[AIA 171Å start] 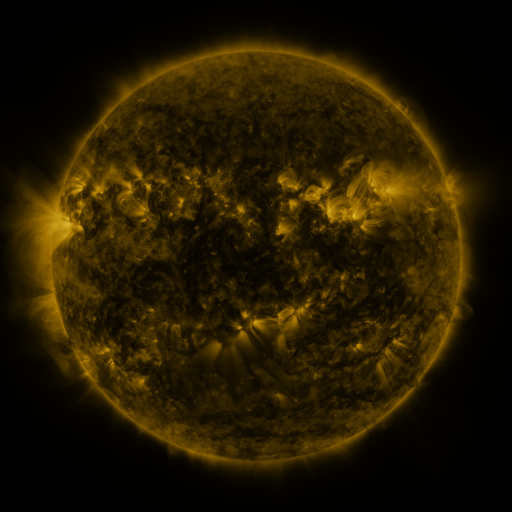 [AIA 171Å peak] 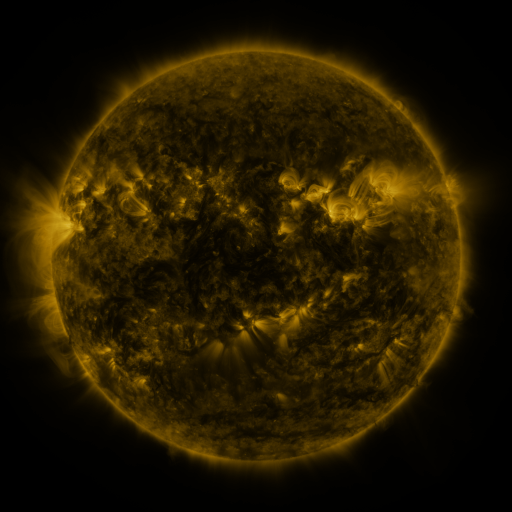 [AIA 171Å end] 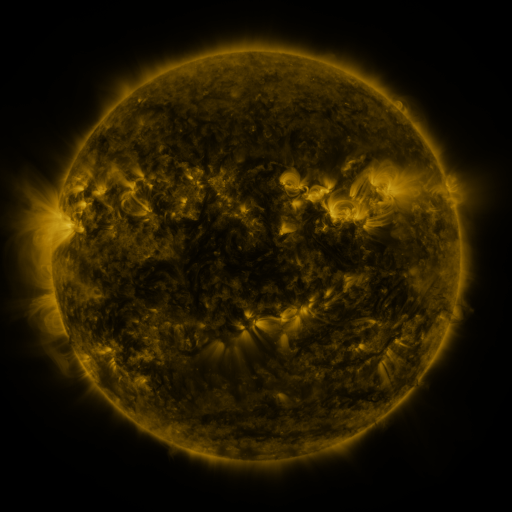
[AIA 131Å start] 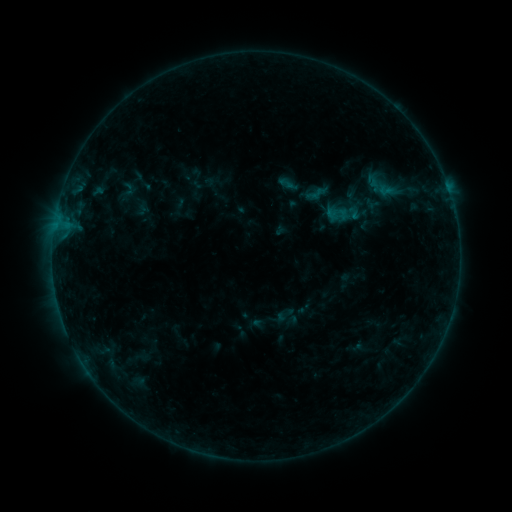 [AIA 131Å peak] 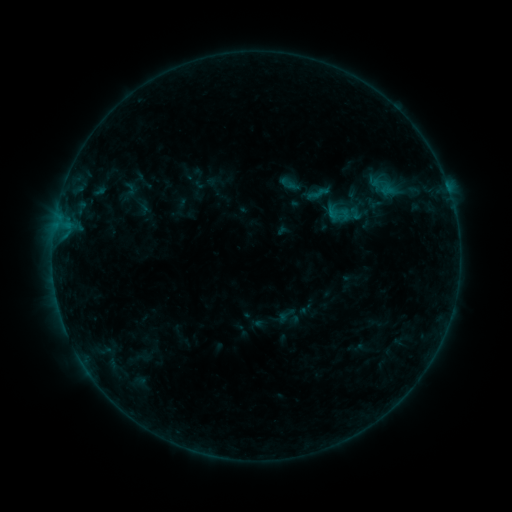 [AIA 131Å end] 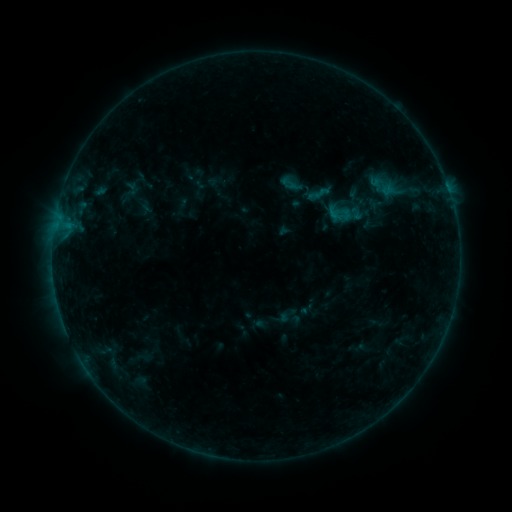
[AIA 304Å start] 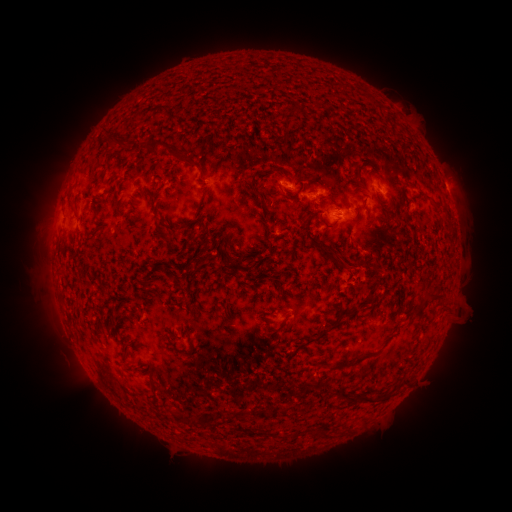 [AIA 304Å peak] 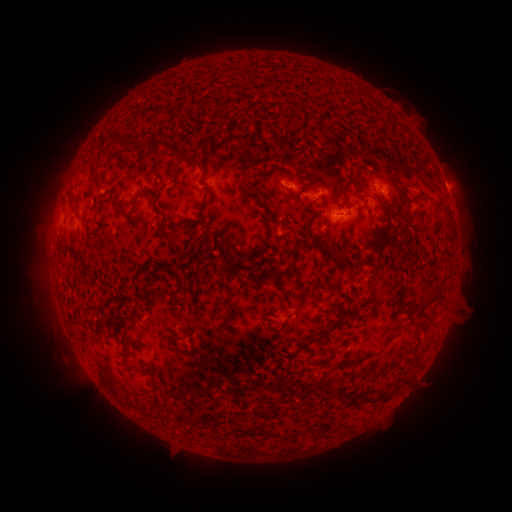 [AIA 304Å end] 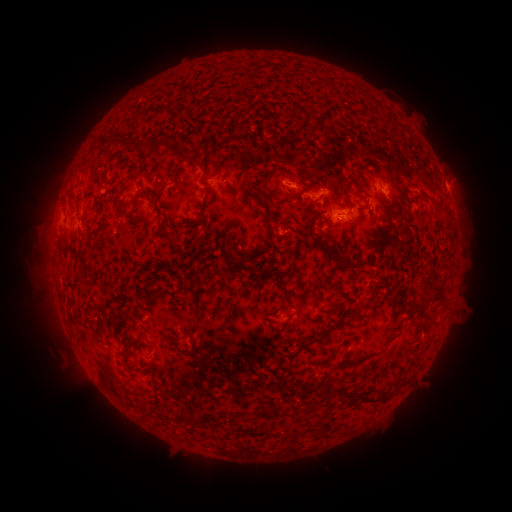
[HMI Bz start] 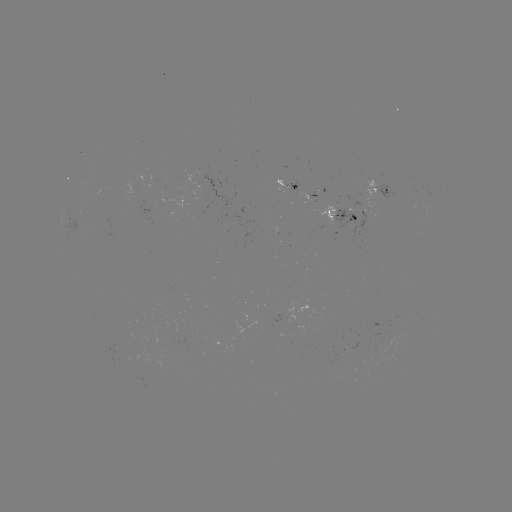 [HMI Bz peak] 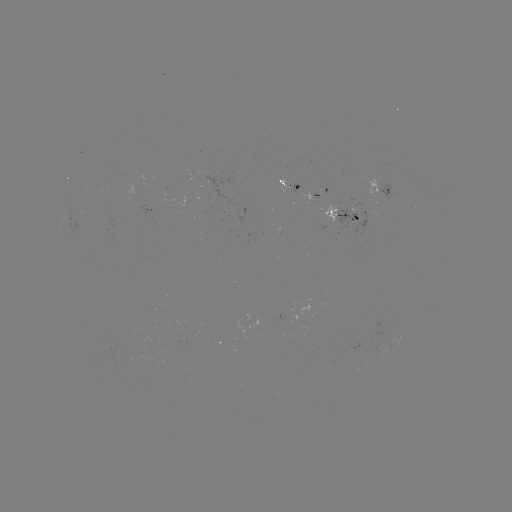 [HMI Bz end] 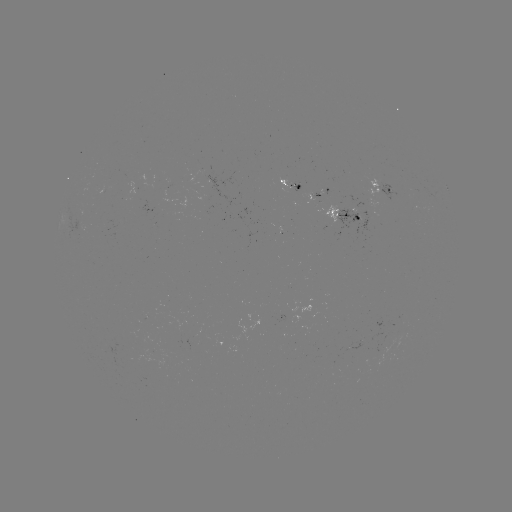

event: emerging-flux region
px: (391, 344)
